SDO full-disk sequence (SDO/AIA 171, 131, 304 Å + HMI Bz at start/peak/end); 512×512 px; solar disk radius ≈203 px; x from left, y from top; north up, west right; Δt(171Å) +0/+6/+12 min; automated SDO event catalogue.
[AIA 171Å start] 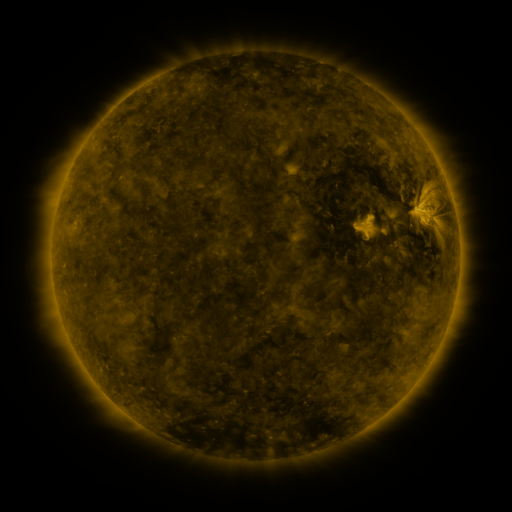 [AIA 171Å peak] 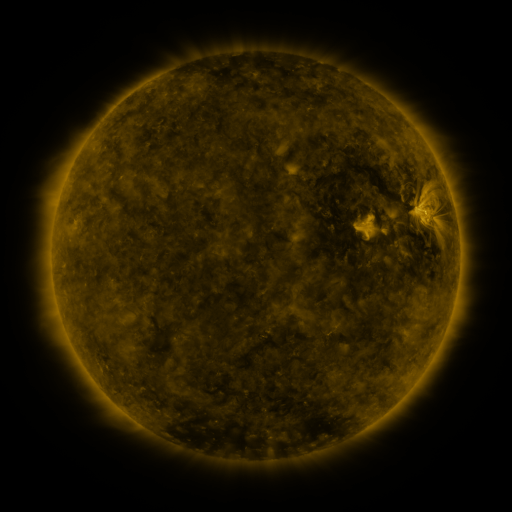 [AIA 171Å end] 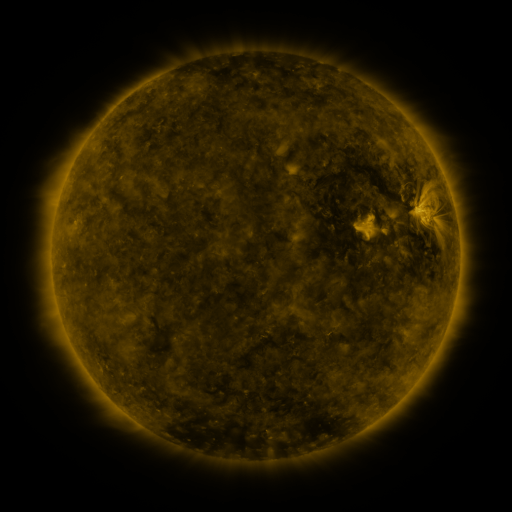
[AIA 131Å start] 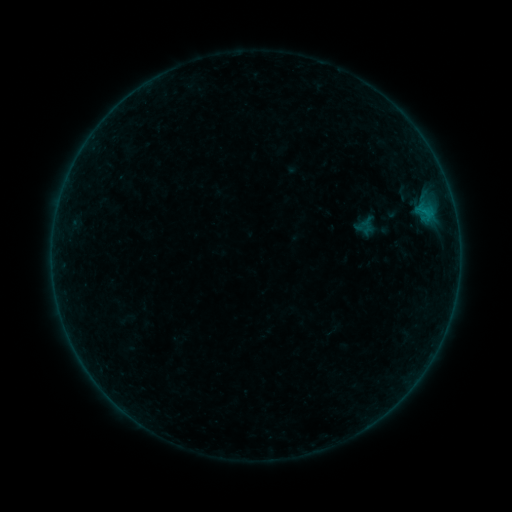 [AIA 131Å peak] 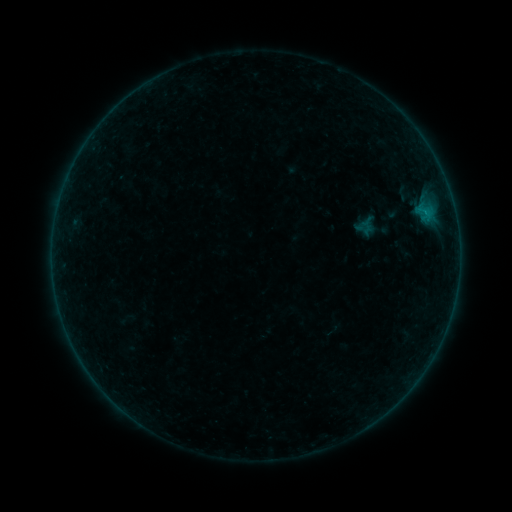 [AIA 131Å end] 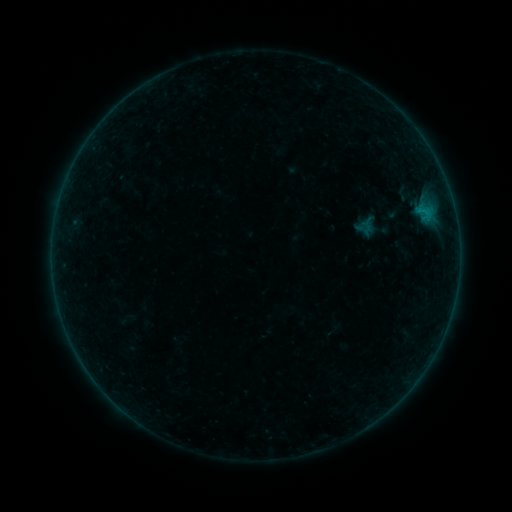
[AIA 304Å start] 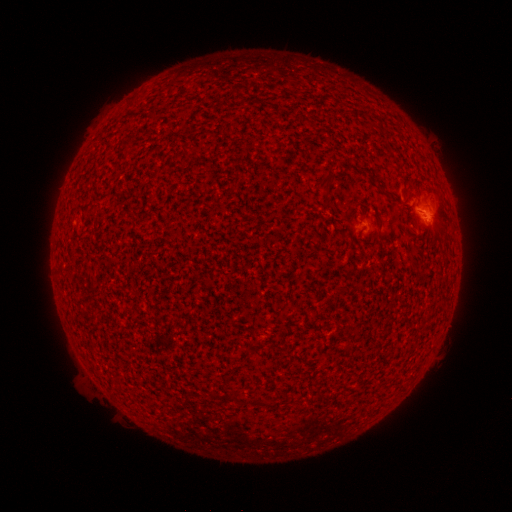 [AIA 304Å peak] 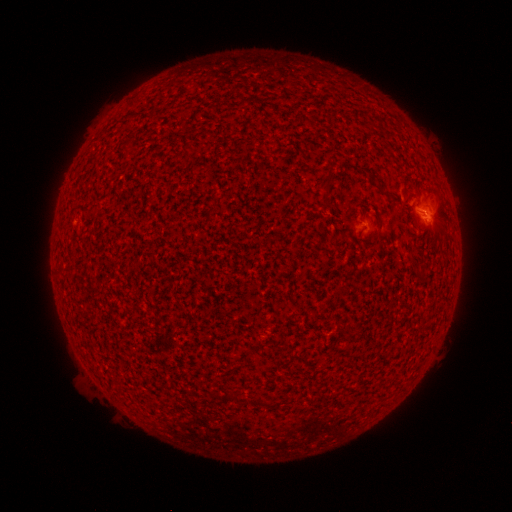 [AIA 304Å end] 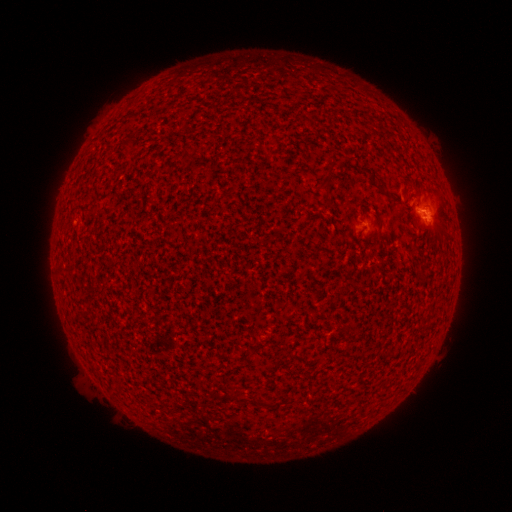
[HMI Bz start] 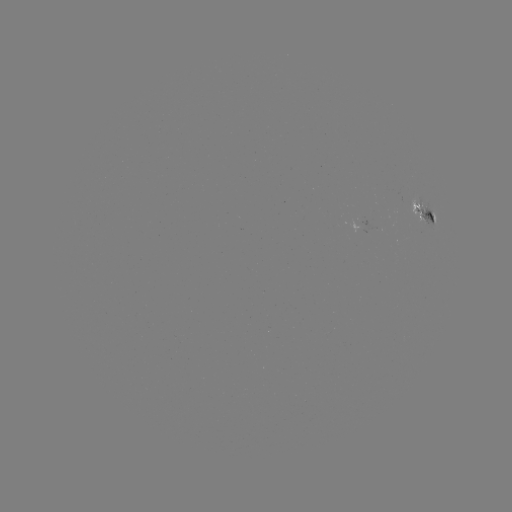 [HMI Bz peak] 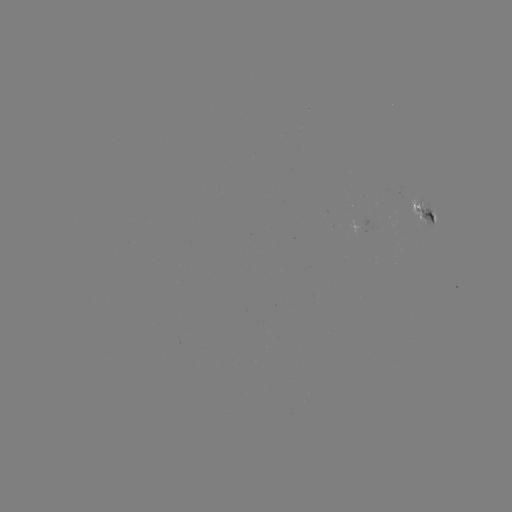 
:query B2.1 flare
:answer [425, 214]